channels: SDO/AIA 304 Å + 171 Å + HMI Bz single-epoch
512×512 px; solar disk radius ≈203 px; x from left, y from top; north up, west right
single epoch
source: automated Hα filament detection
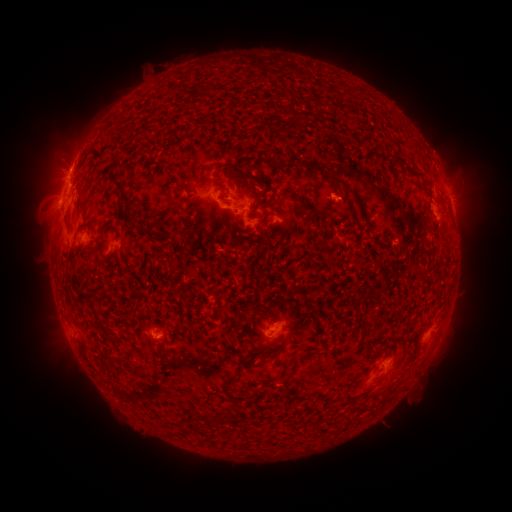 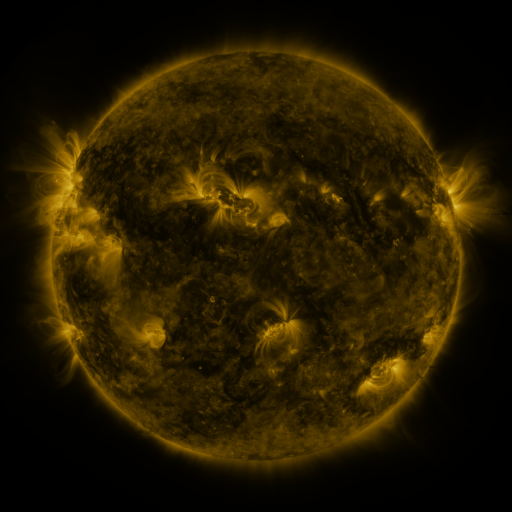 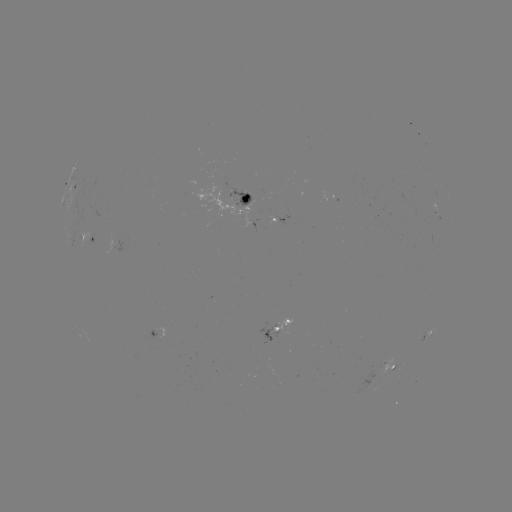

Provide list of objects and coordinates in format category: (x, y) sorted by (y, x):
filament: (206, 88)
filament: (293, 112)
filament: (247, 170)
filament: (339, 182)
filament: (181, 191)
filament: (124, 195)
filament: (186, 199)
filament: (267, 200)
filament: (325, 245)
filament: (93, 302)
filament: (262, 310)
filament: (178, 333)
filament: (107, 336)
filament: (315, 353)
filament: (105, 363)
filament: (285, 380)
filament: (230, 382)
filament: (233, 417)
filament: (213, 422)
